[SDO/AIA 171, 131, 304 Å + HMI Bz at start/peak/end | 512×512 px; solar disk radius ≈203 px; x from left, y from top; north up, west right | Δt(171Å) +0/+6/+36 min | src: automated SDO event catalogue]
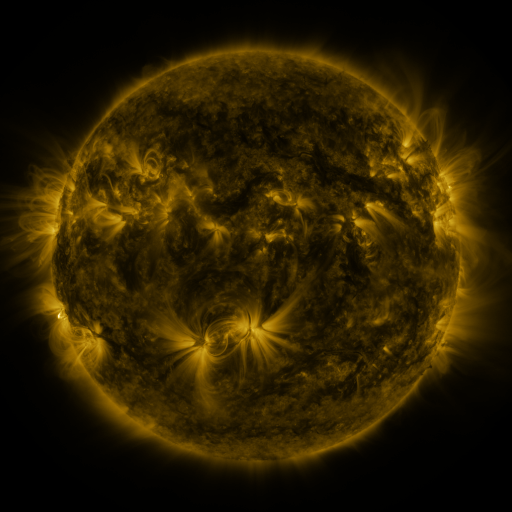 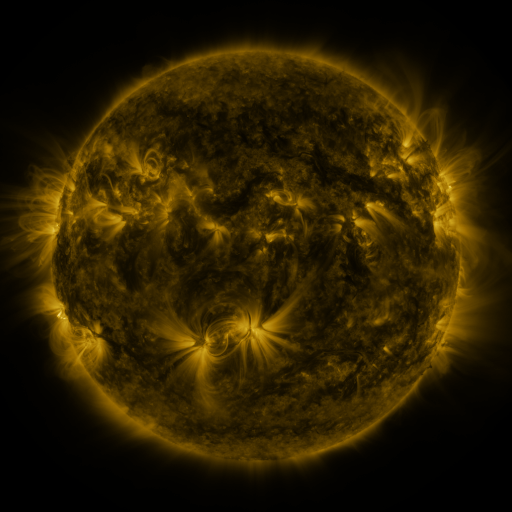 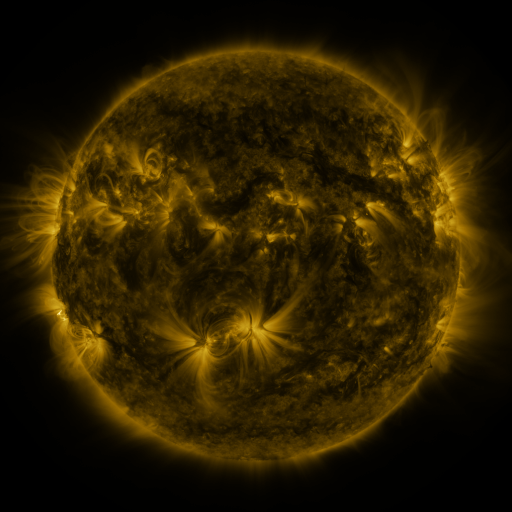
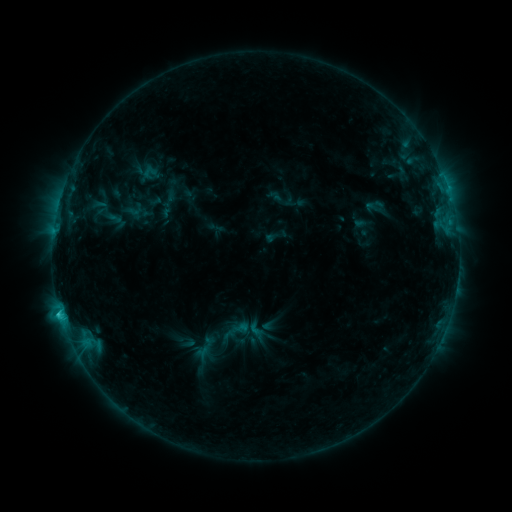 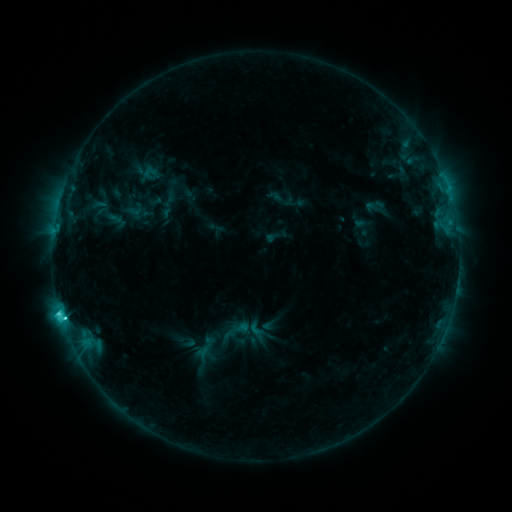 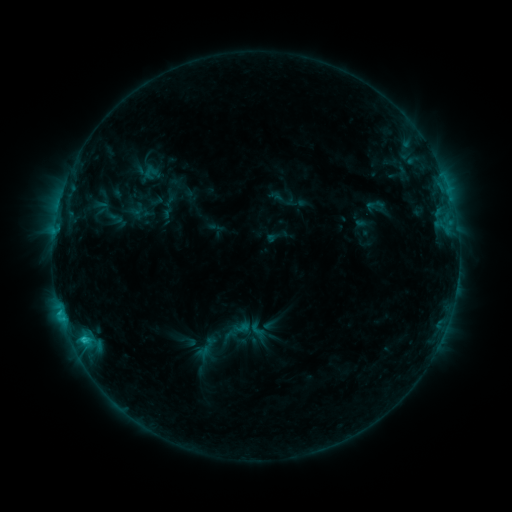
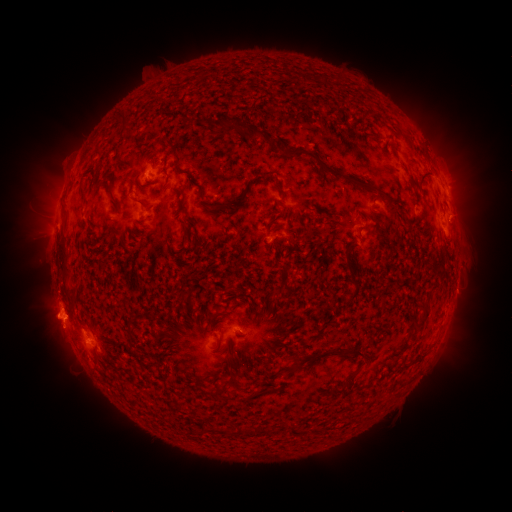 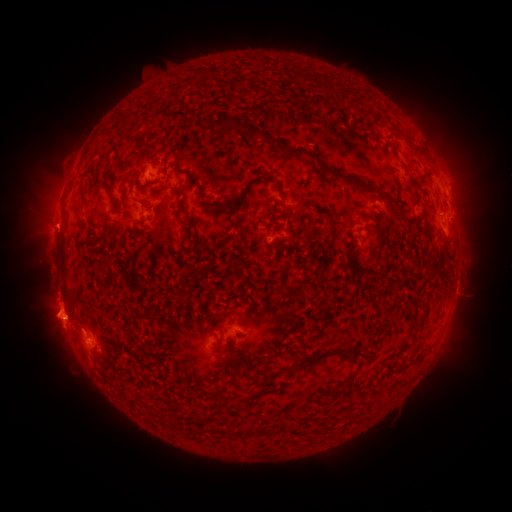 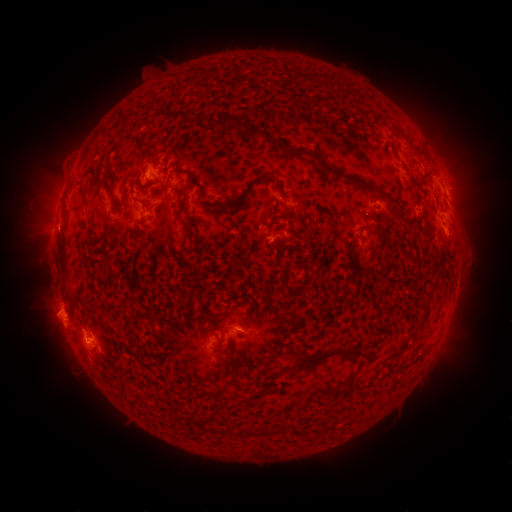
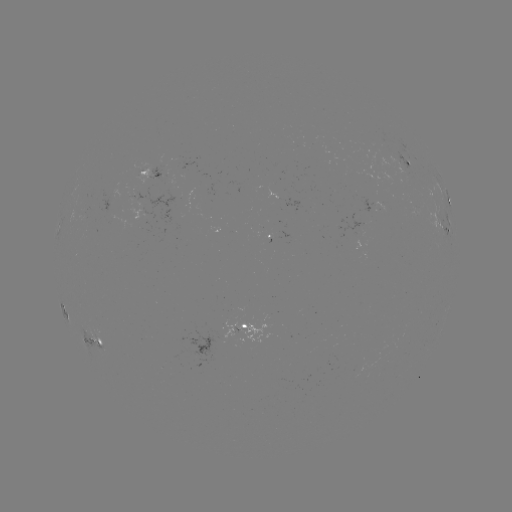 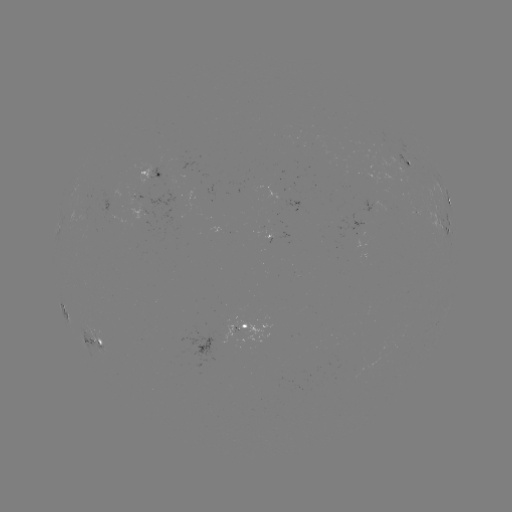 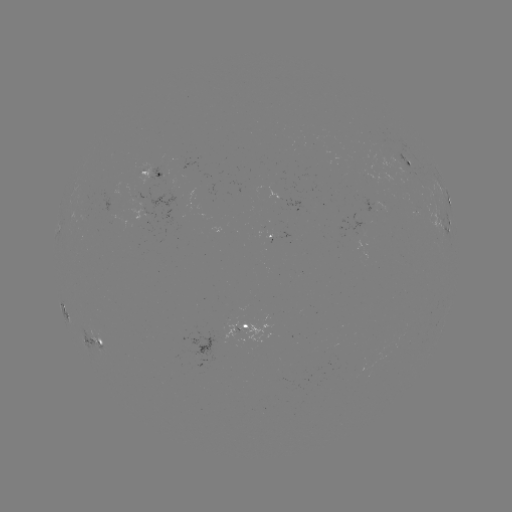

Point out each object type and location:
C3.1 flare: (63, 316)
